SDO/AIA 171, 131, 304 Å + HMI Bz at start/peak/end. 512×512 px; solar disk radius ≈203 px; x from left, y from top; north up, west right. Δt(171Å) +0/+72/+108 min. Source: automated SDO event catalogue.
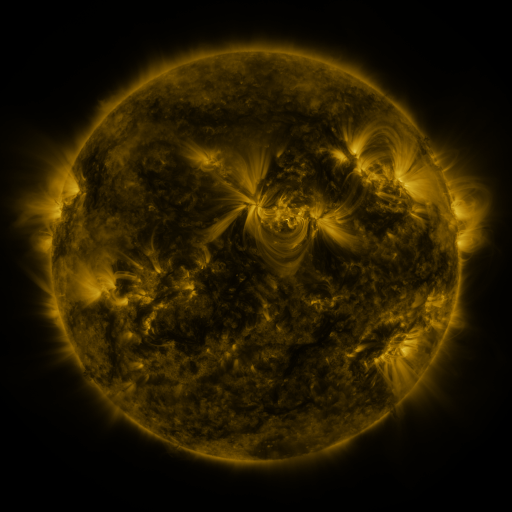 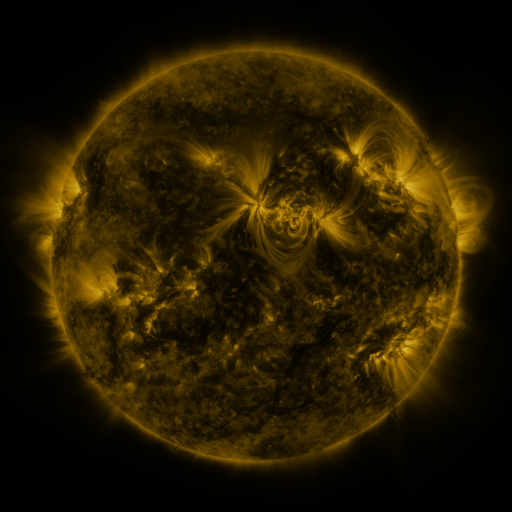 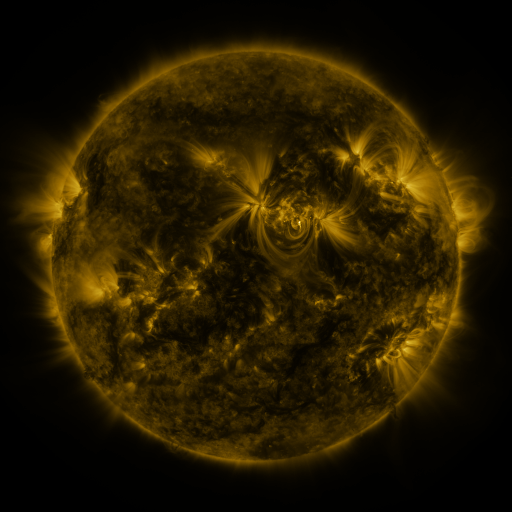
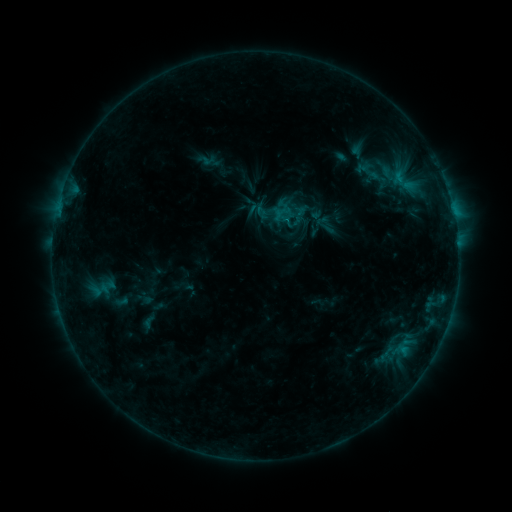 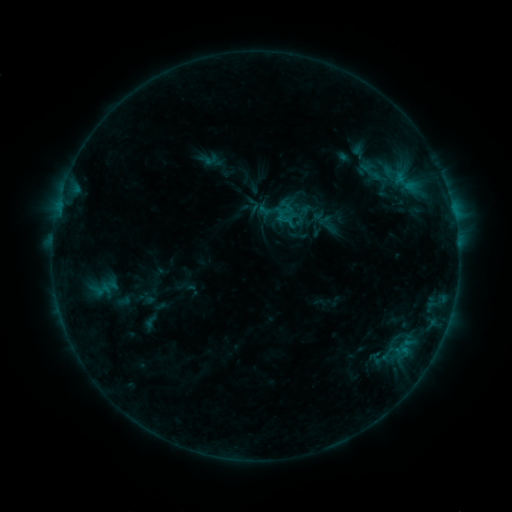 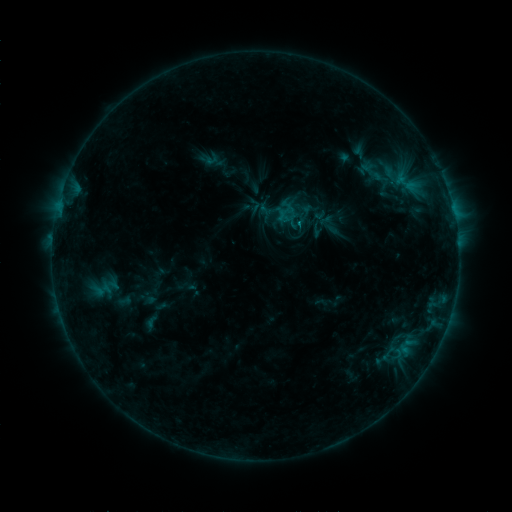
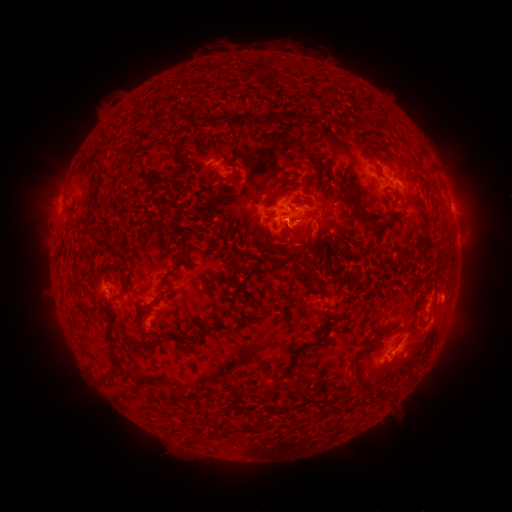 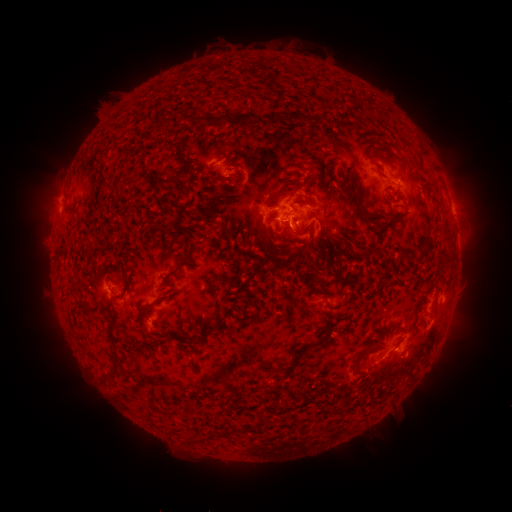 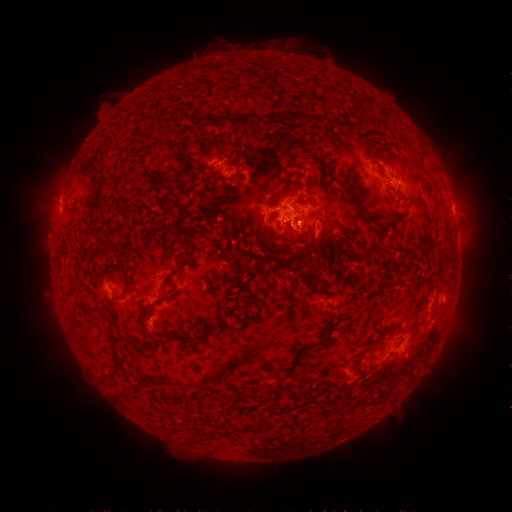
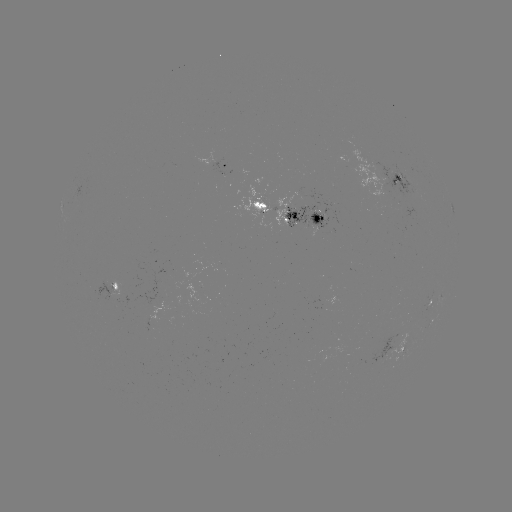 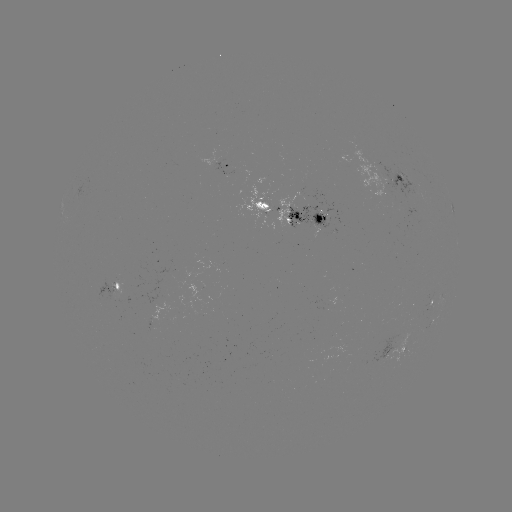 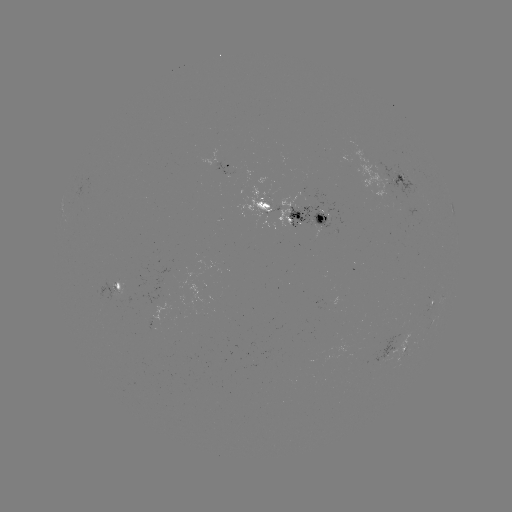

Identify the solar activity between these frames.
emerging-flux region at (155, 316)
